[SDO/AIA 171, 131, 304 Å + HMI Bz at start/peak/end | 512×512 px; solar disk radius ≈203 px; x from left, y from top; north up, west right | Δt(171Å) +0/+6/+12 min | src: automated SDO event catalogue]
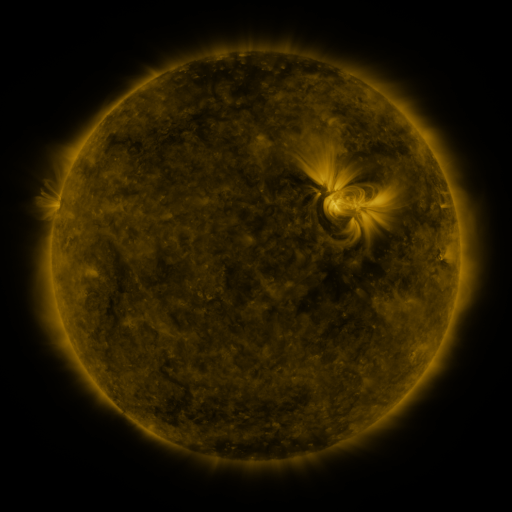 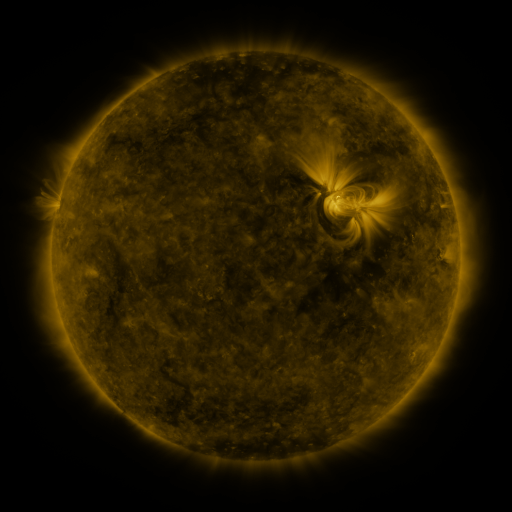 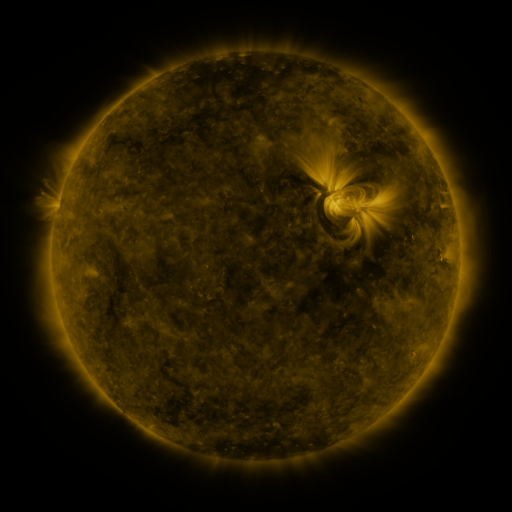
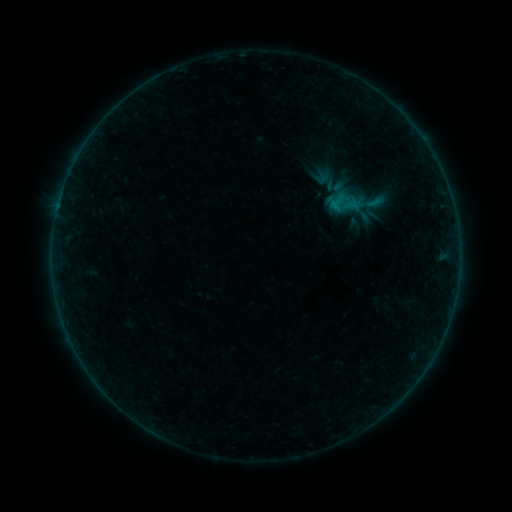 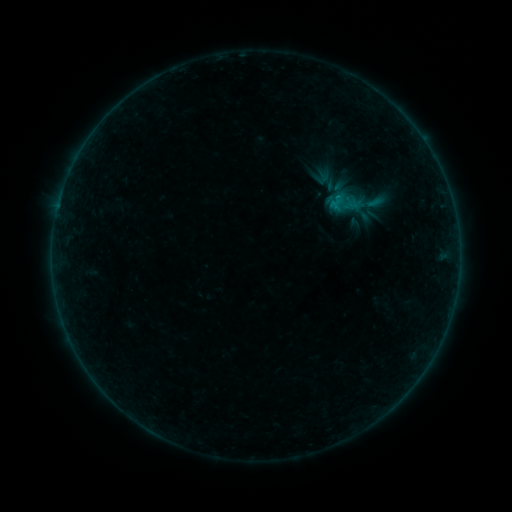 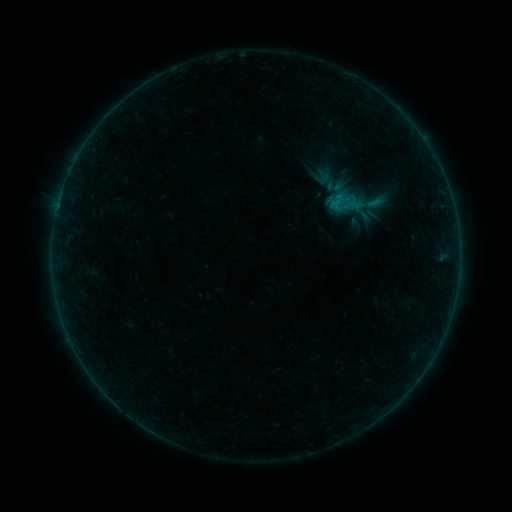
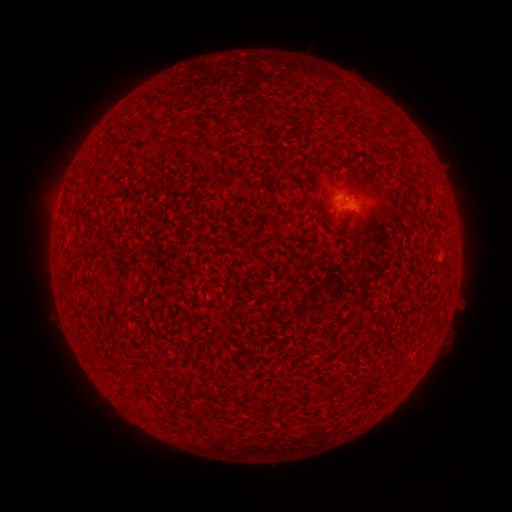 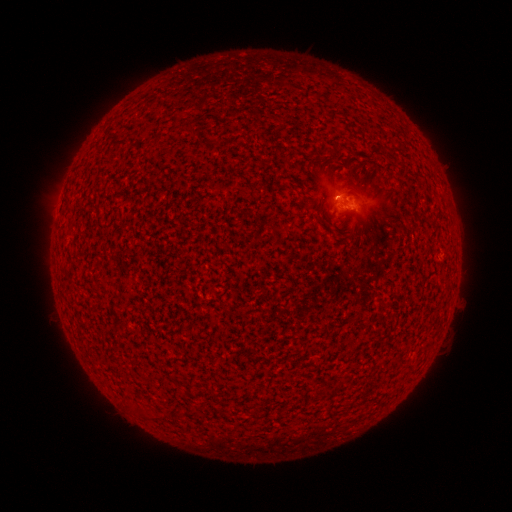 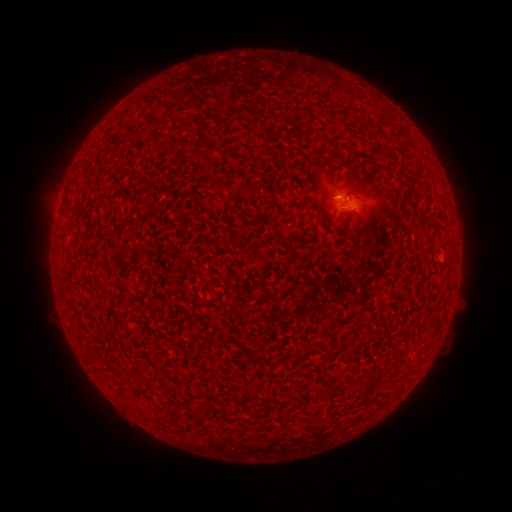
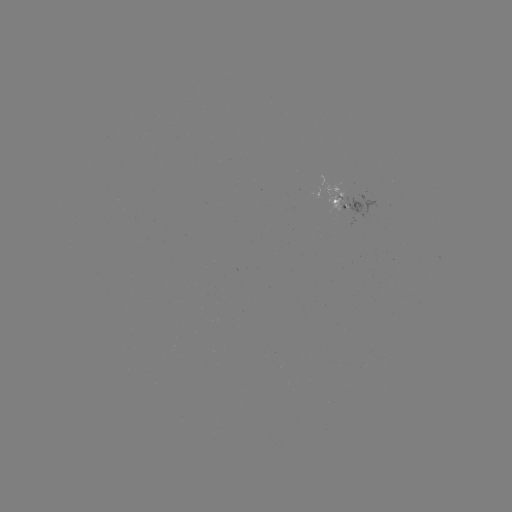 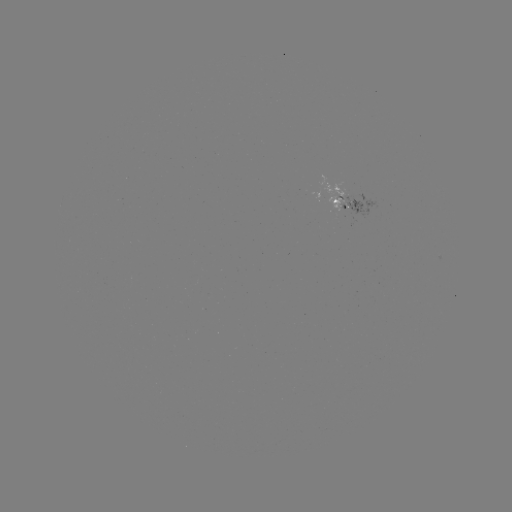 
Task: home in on B1.1 flare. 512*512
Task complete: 335,197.